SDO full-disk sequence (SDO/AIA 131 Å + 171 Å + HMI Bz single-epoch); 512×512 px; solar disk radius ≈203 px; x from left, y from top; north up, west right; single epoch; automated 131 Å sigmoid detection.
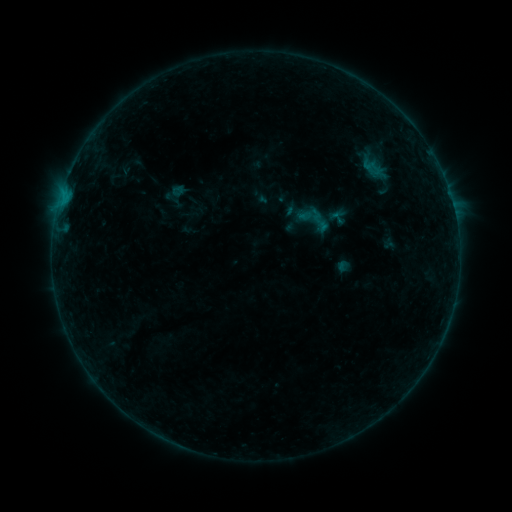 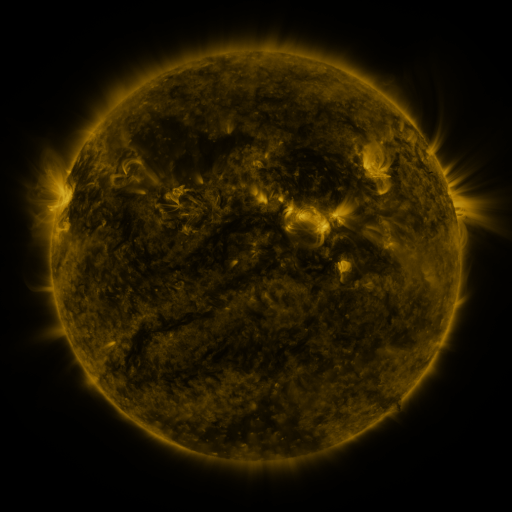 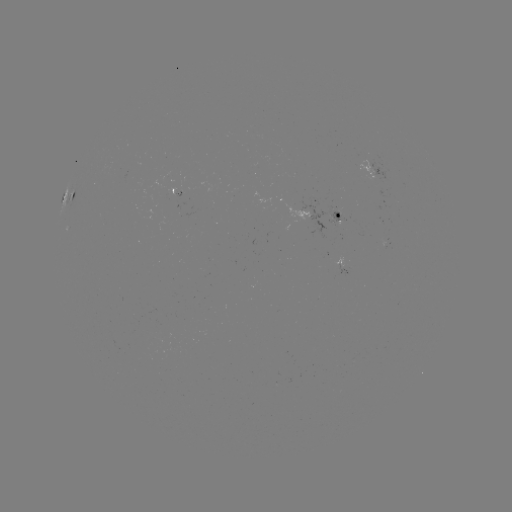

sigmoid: [309, 210, 333, 235]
